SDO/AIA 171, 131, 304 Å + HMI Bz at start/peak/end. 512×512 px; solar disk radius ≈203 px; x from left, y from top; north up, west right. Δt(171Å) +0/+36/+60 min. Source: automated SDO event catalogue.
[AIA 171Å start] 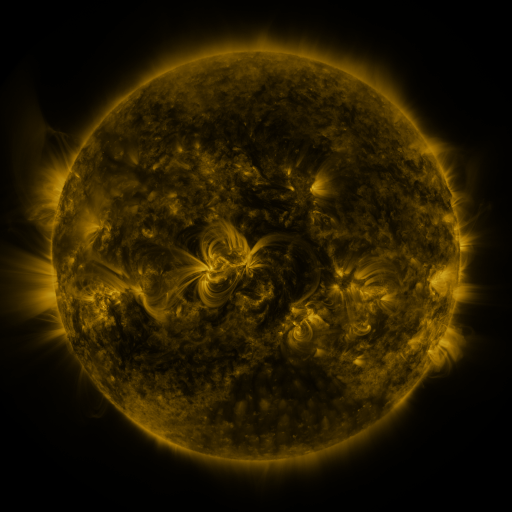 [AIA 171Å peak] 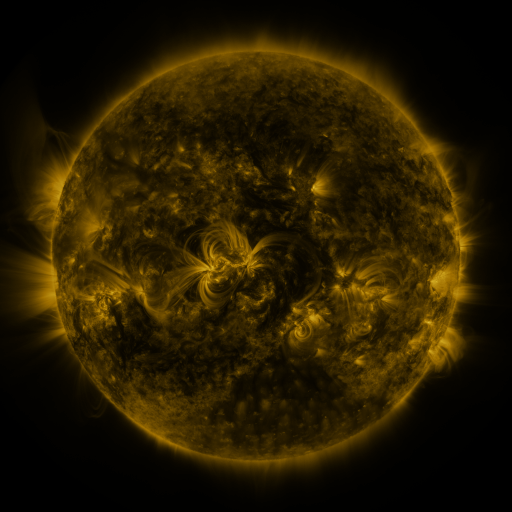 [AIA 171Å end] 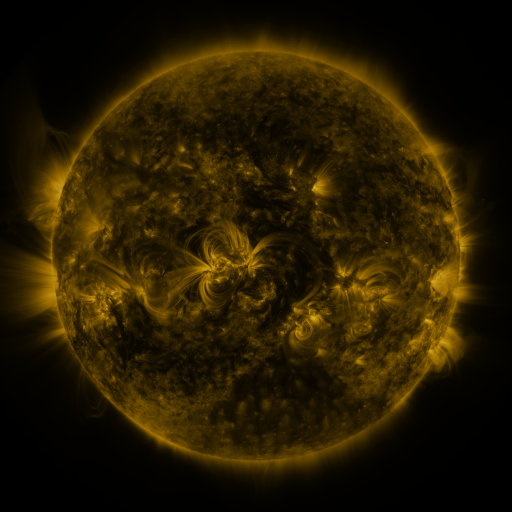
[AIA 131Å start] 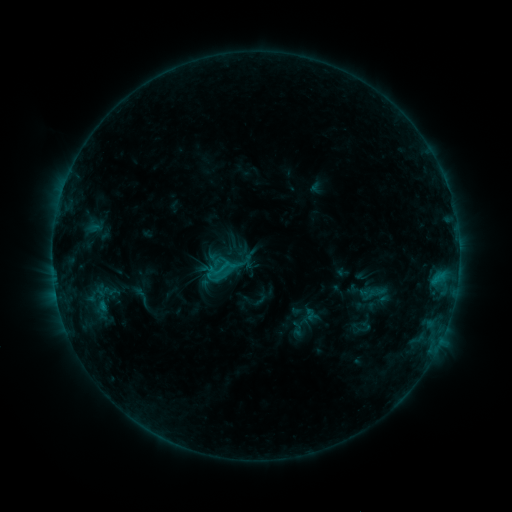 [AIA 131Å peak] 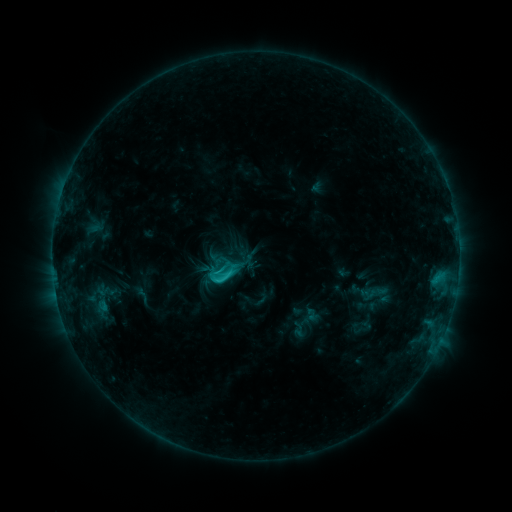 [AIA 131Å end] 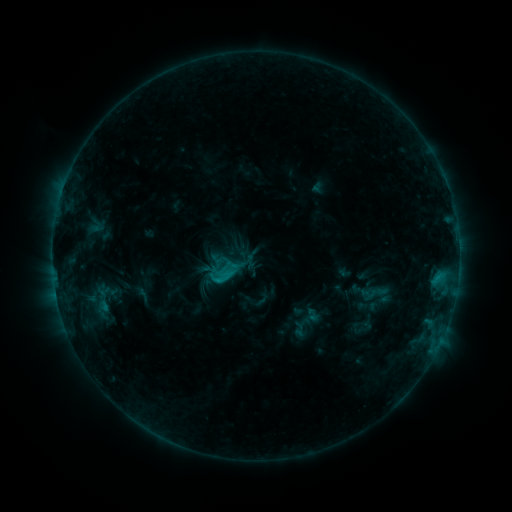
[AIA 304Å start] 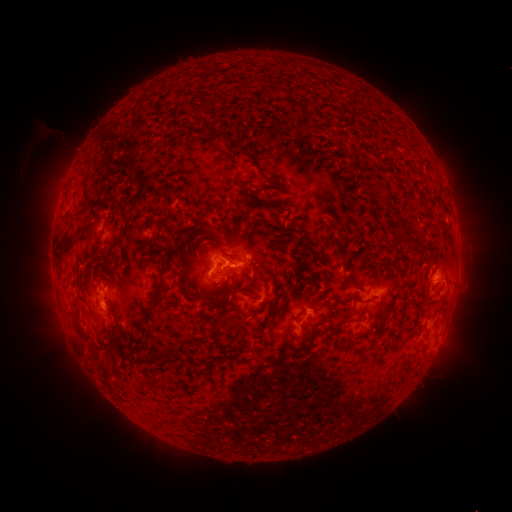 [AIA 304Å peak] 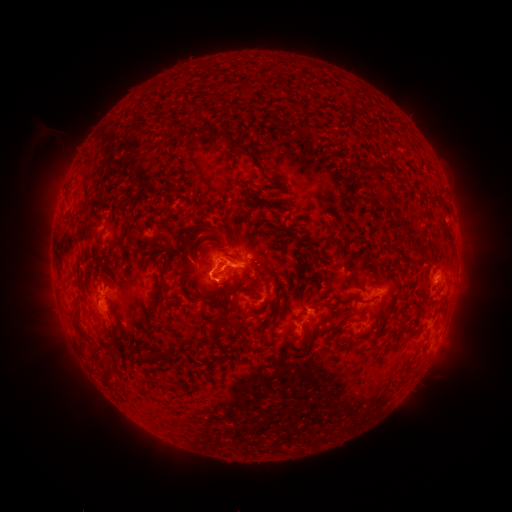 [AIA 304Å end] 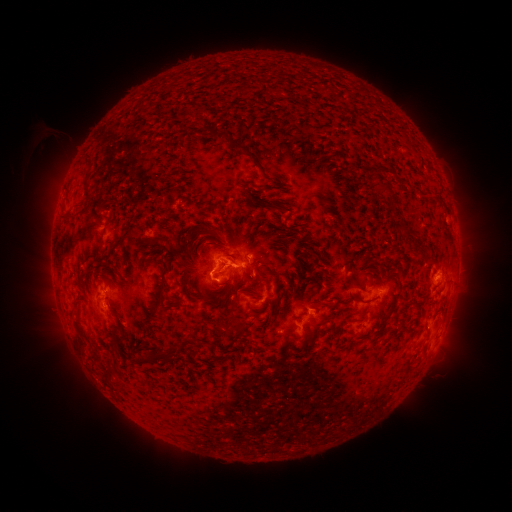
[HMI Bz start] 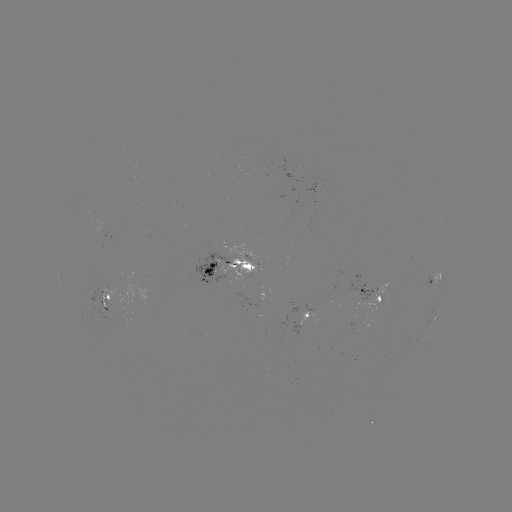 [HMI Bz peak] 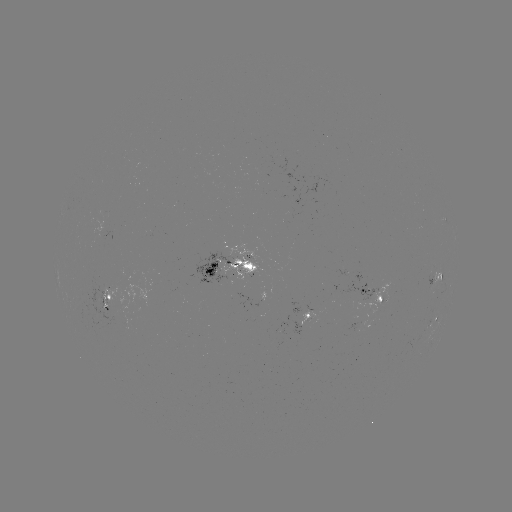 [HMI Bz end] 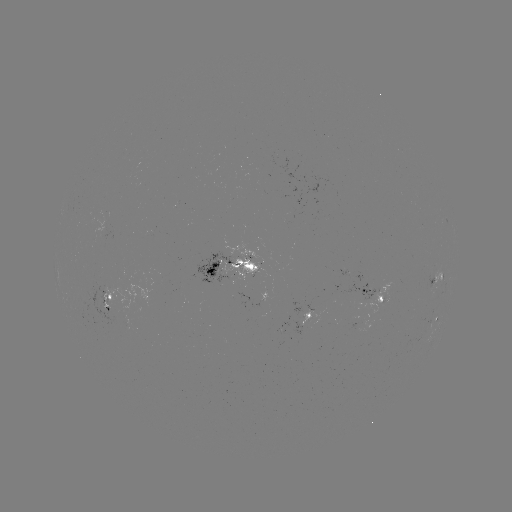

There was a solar flare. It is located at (224, 276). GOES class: C2.1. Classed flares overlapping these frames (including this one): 1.